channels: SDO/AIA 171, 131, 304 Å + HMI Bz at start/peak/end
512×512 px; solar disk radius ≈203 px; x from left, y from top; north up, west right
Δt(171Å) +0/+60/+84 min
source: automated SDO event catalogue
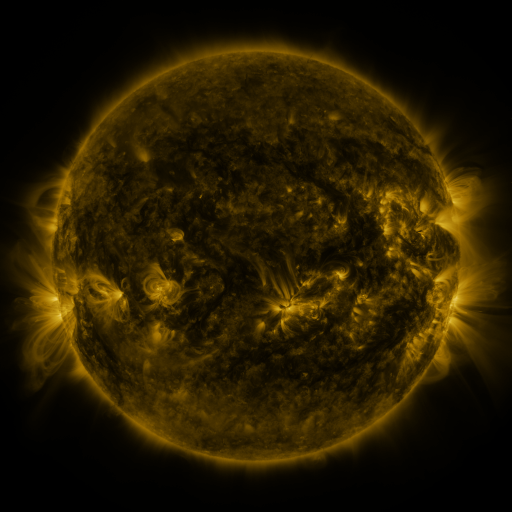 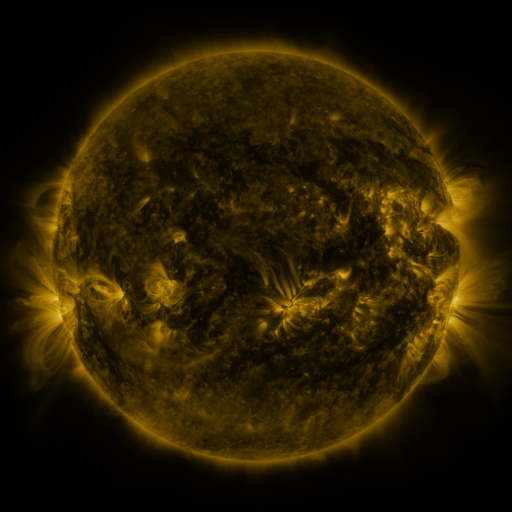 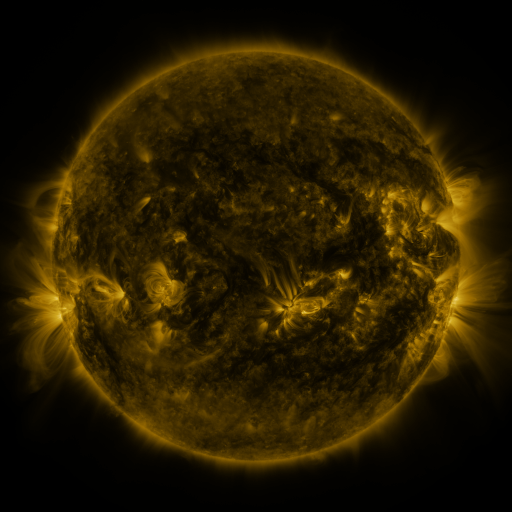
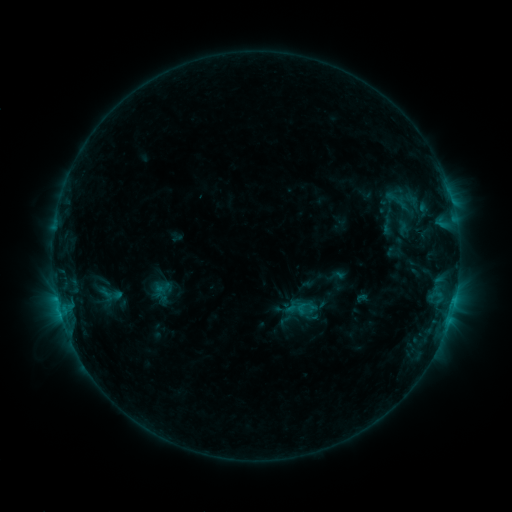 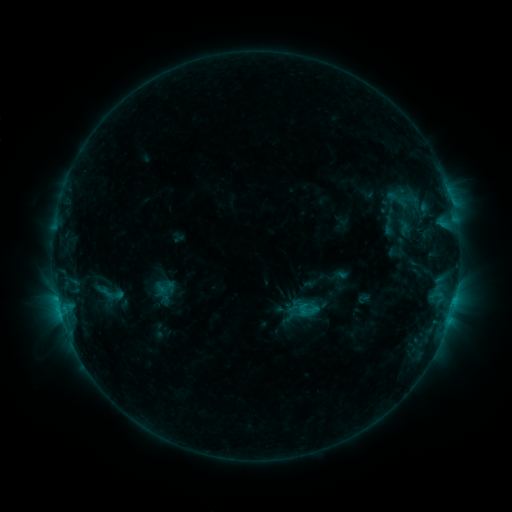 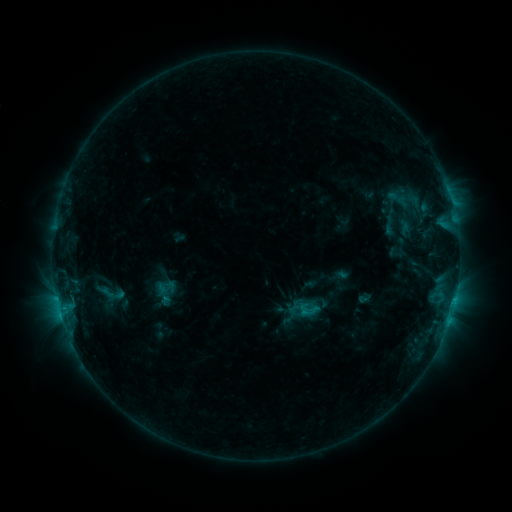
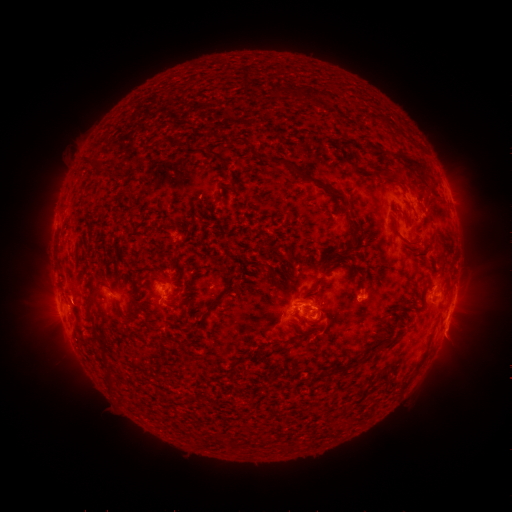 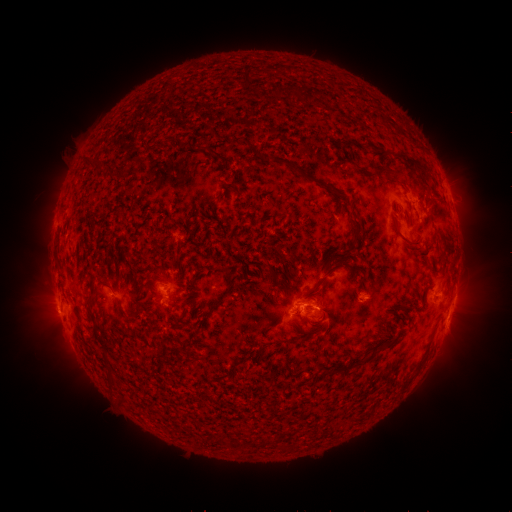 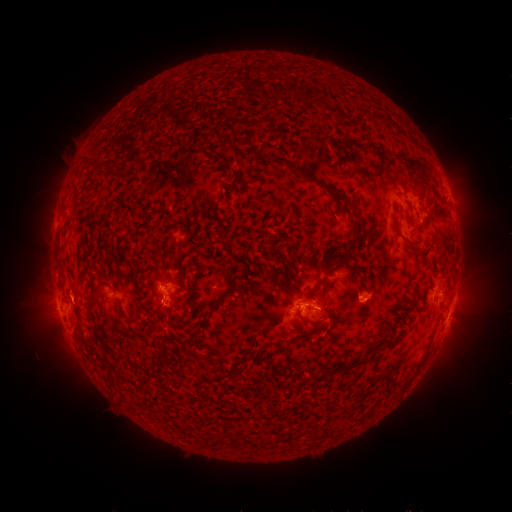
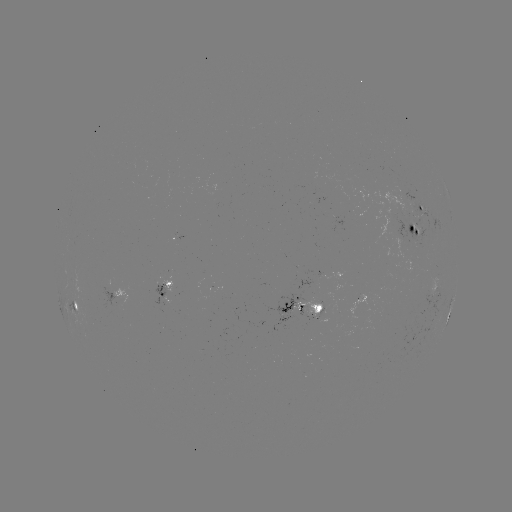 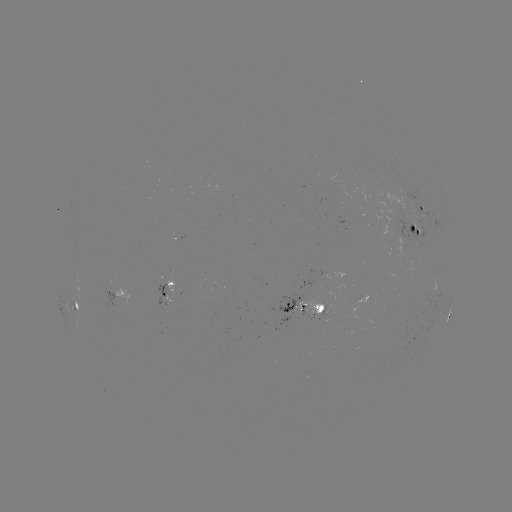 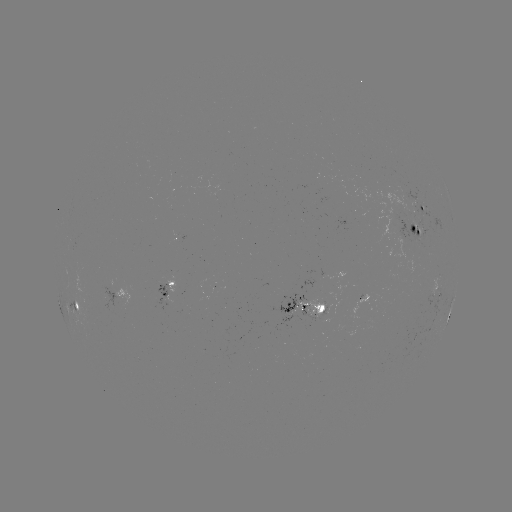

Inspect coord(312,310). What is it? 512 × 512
emerging-flux region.